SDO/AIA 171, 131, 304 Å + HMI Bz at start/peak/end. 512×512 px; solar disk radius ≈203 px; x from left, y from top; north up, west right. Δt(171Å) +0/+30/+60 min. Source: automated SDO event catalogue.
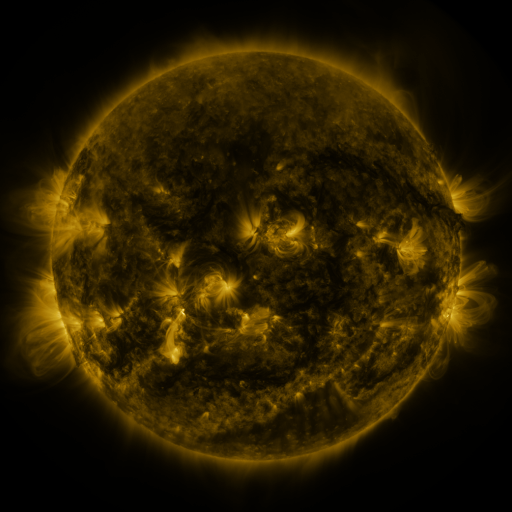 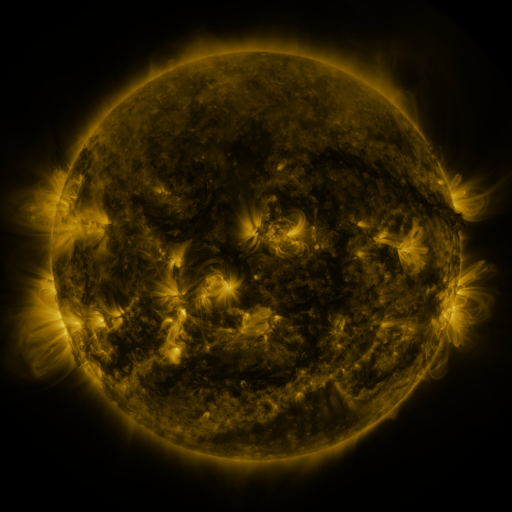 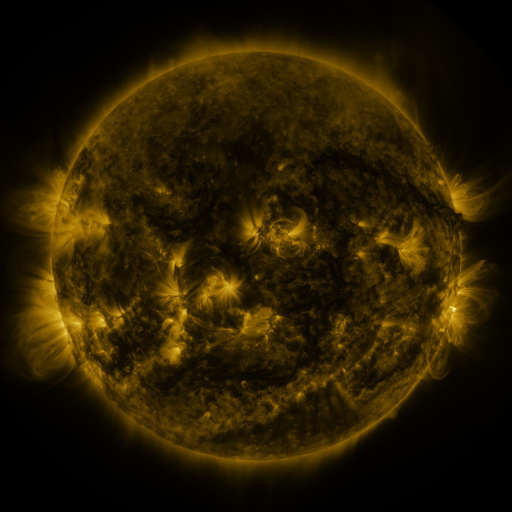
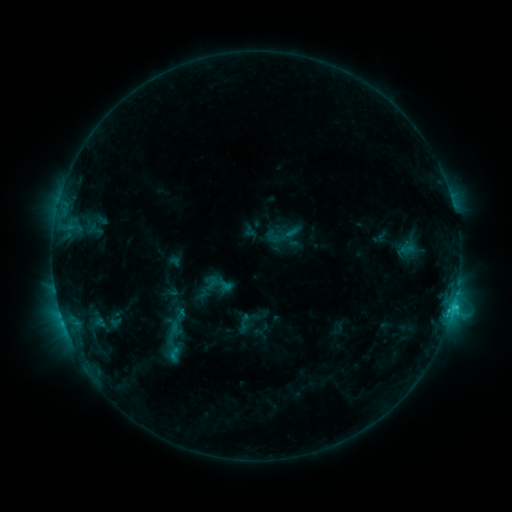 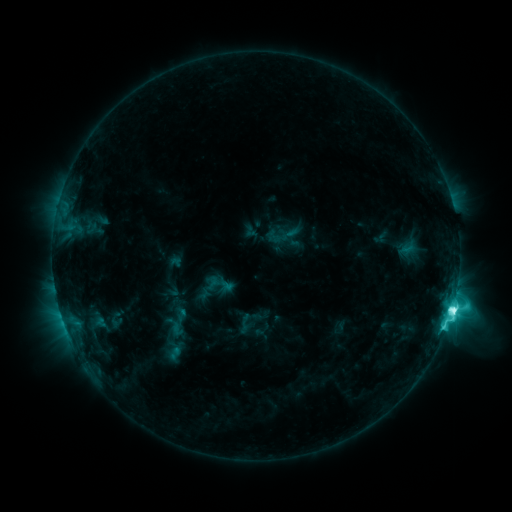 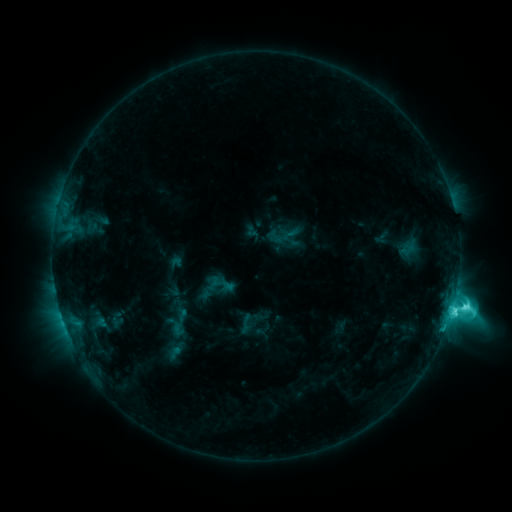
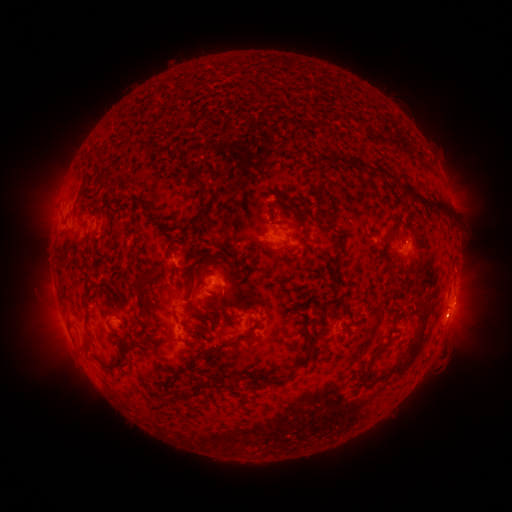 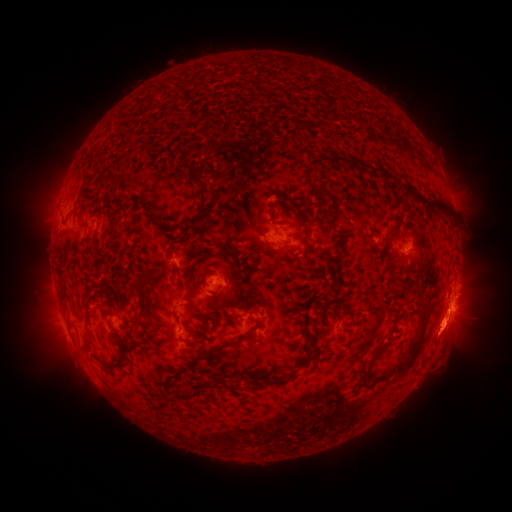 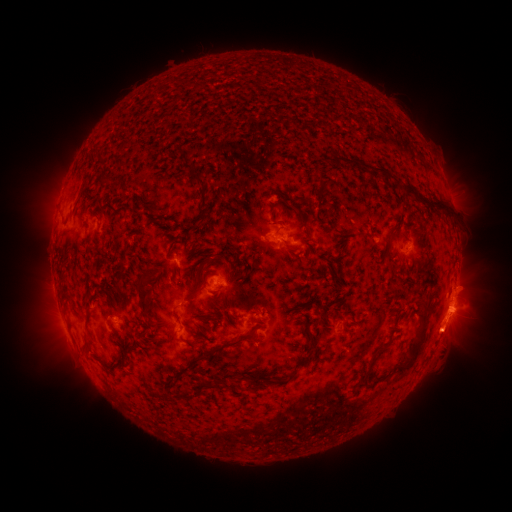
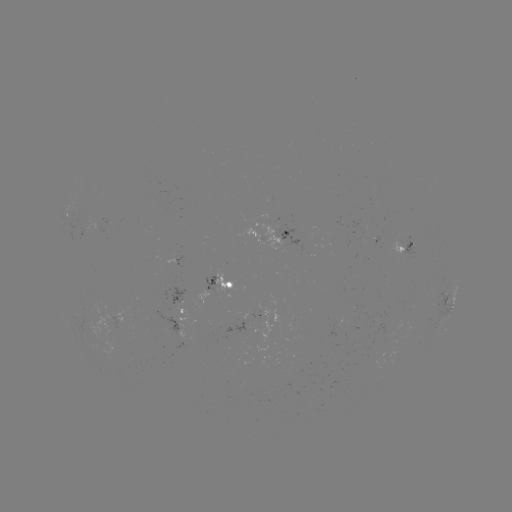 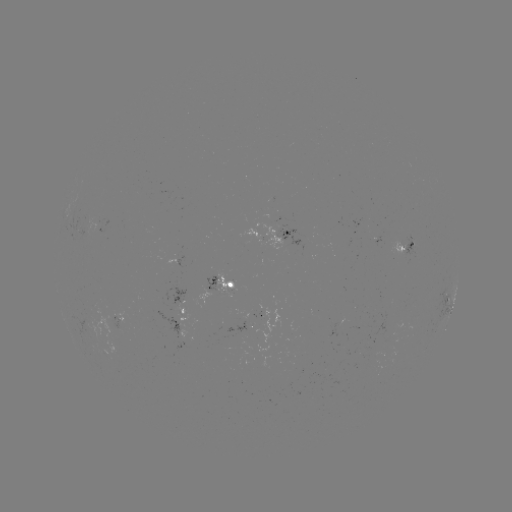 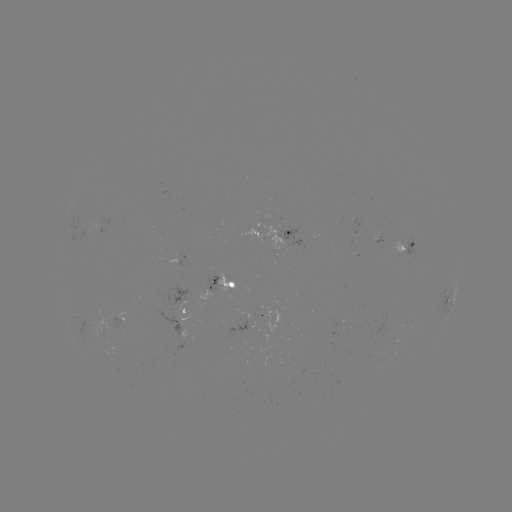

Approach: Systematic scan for M1.5 flare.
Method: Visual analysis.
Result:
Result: M1.5 flare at (443, 323).